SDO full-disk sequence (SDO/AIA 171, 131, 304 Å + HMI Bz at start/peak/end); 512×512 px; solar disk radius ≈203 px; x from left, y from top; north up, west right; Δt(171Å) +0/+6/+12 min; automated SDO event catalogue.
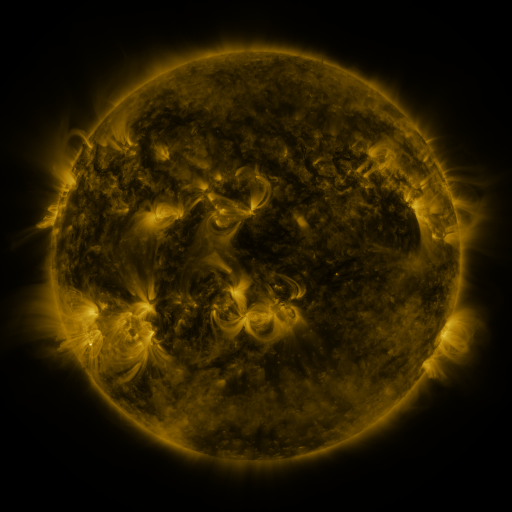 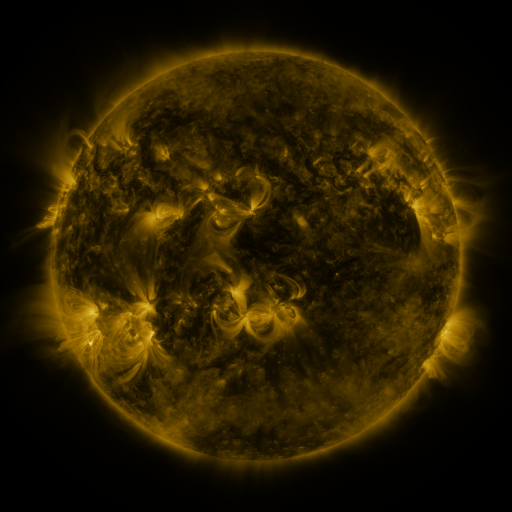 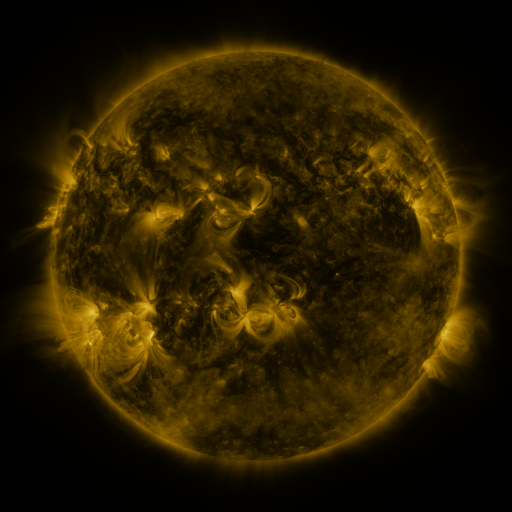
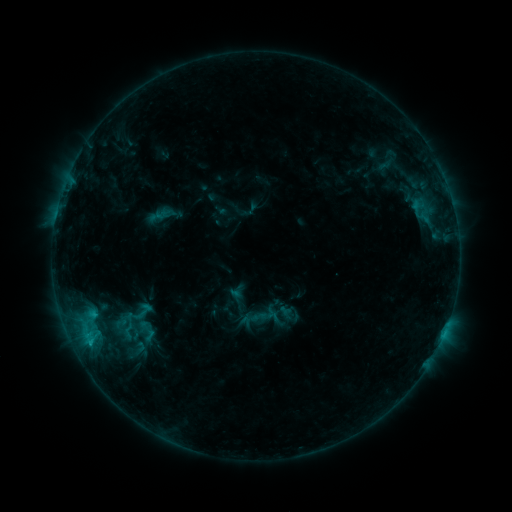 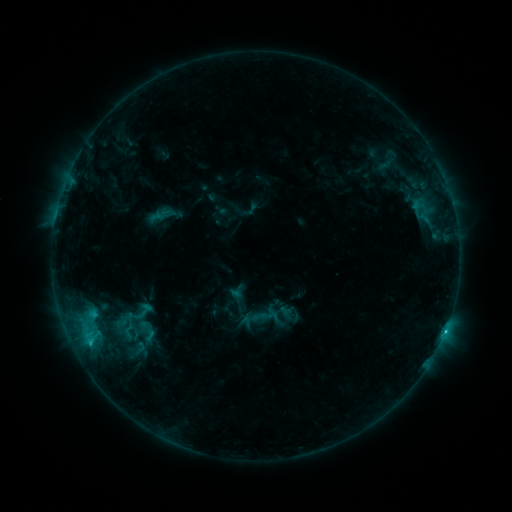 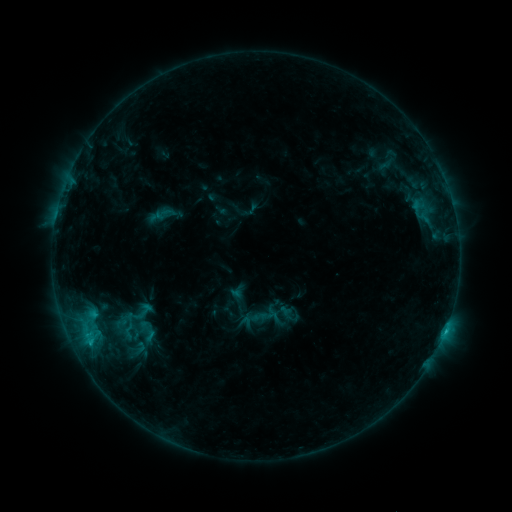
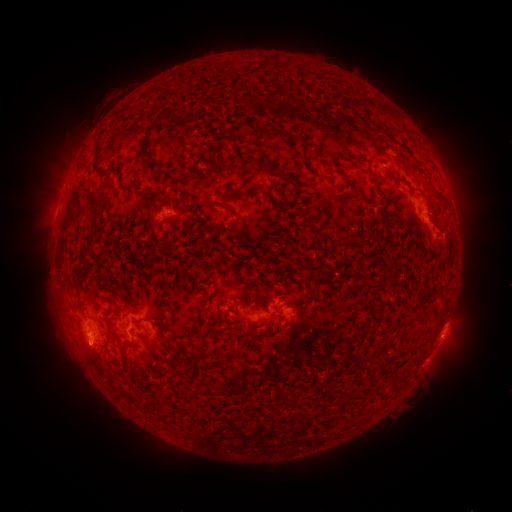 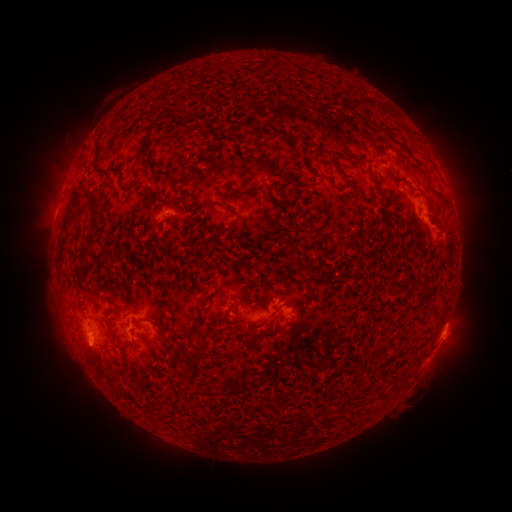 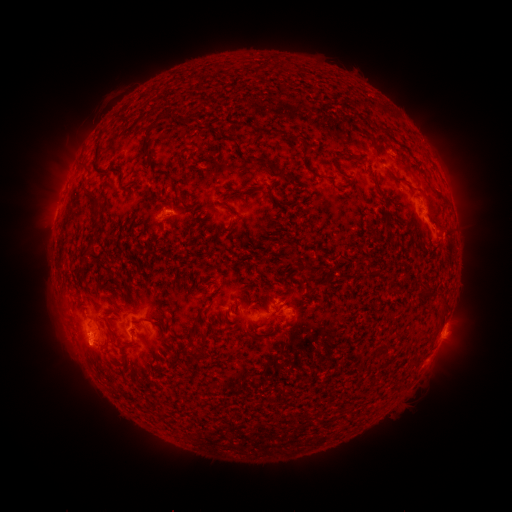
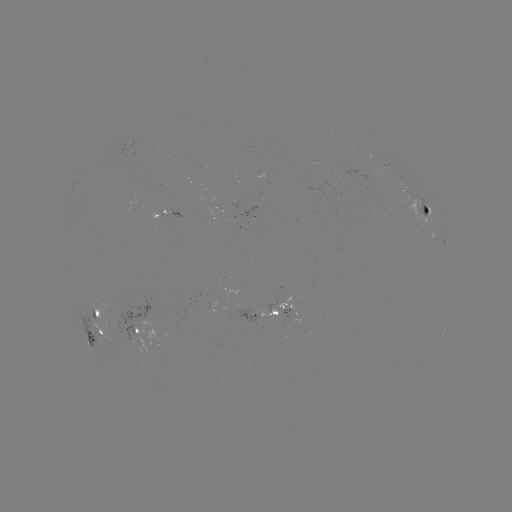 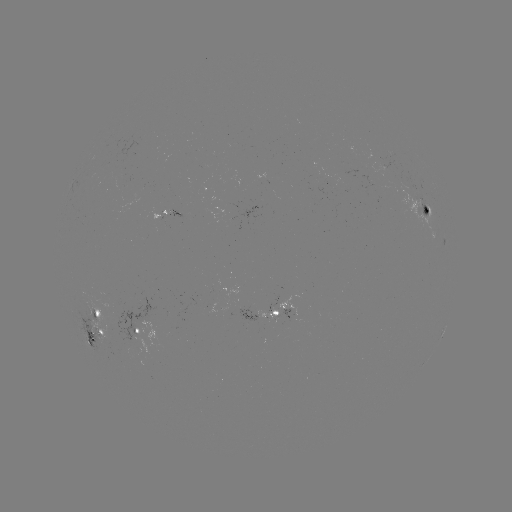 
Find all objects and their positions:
C1.1 flare: (445, 328)
